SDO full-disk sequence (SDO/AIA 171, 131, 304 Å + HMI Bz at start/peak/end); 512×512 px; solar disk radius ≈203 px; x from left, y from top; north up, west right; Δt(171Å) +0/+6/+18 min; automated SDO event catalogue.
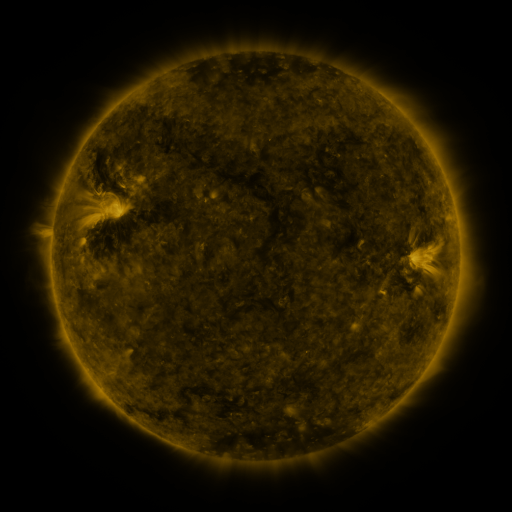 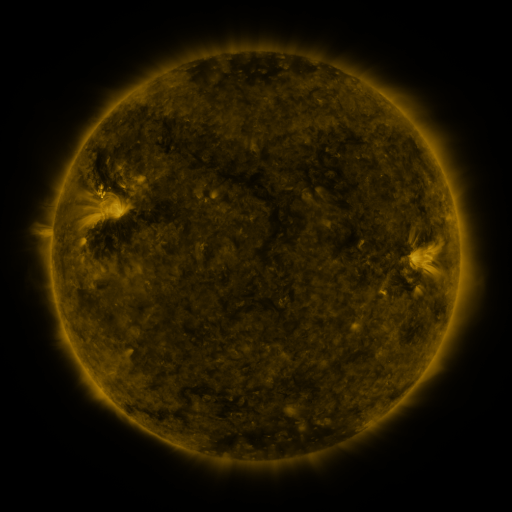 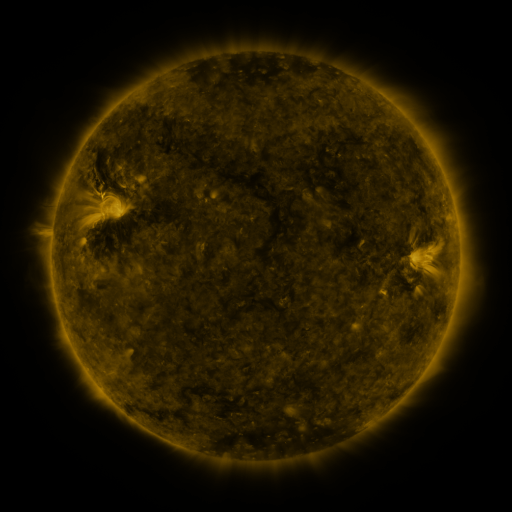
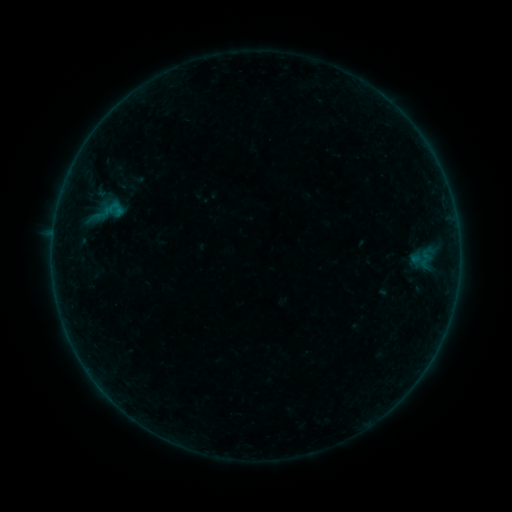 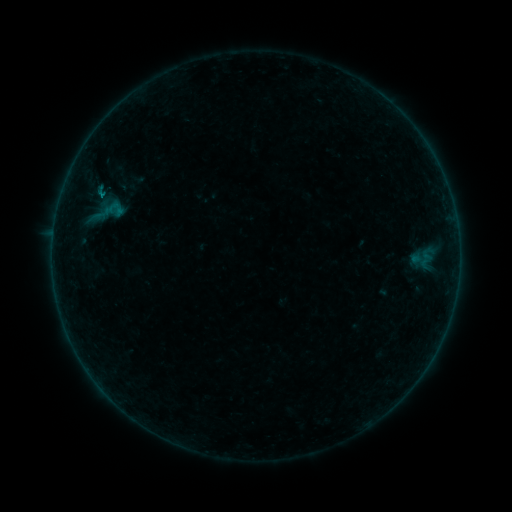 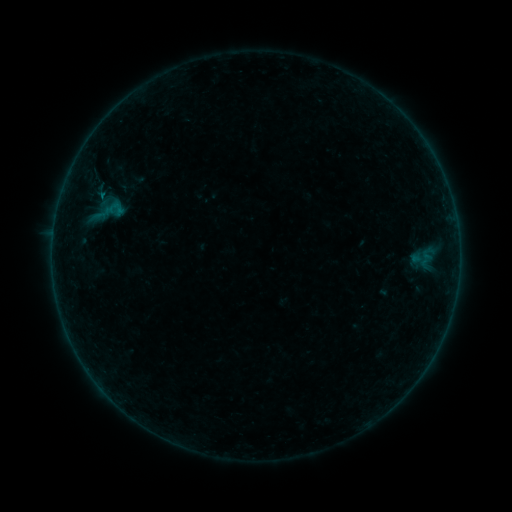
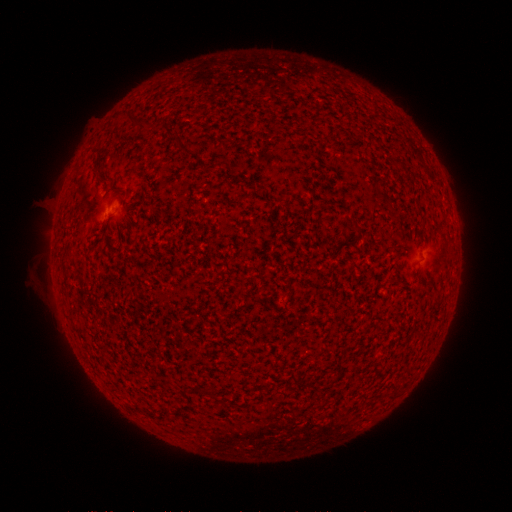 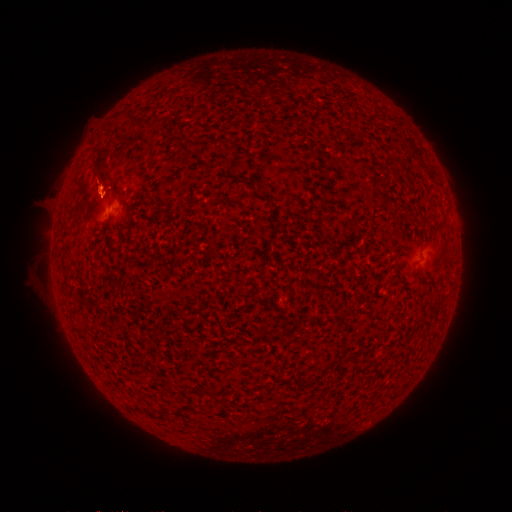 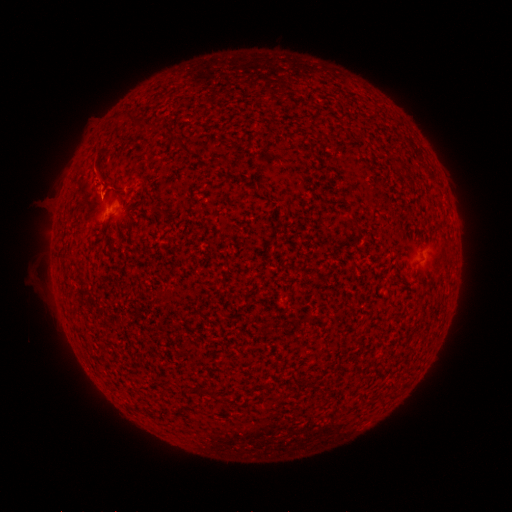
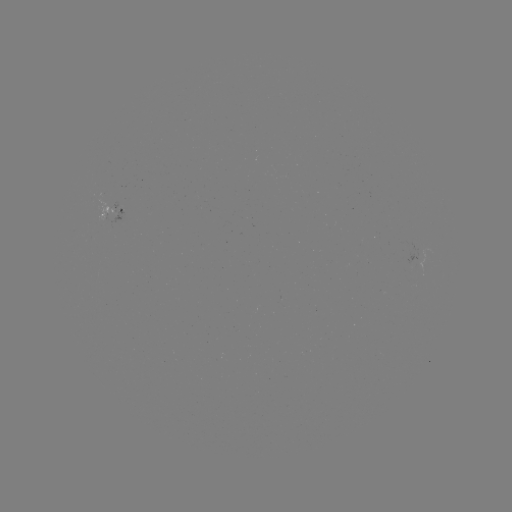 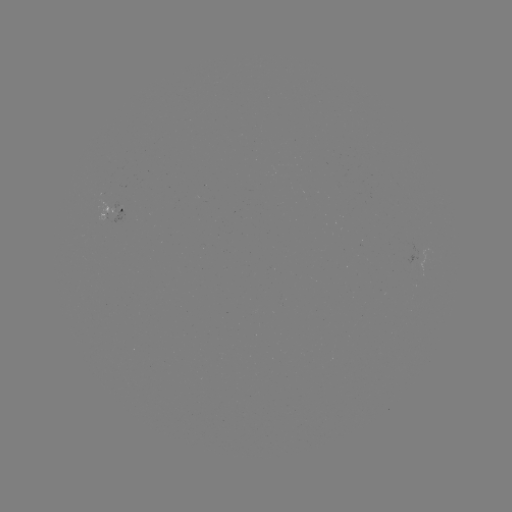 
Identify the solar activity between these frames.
B1.4 flare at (103, 197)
